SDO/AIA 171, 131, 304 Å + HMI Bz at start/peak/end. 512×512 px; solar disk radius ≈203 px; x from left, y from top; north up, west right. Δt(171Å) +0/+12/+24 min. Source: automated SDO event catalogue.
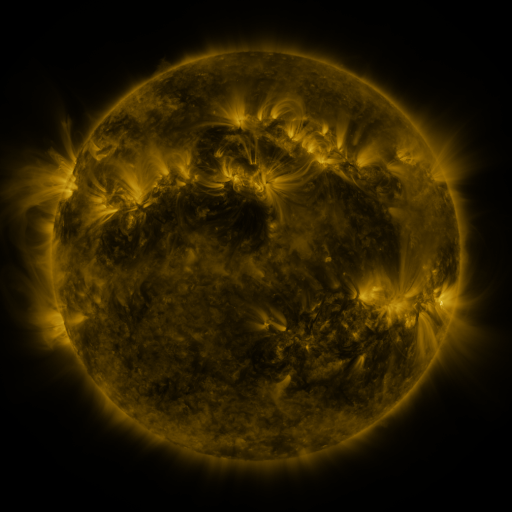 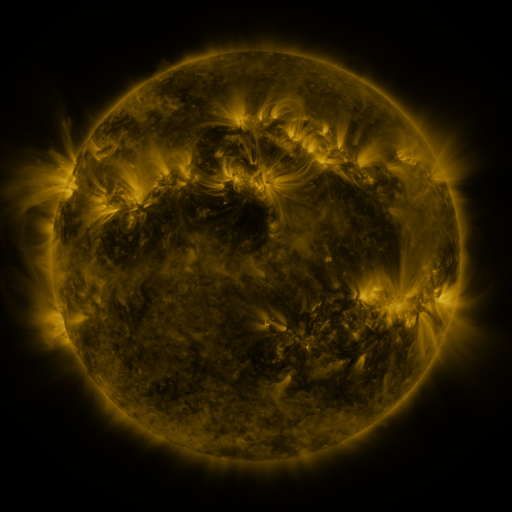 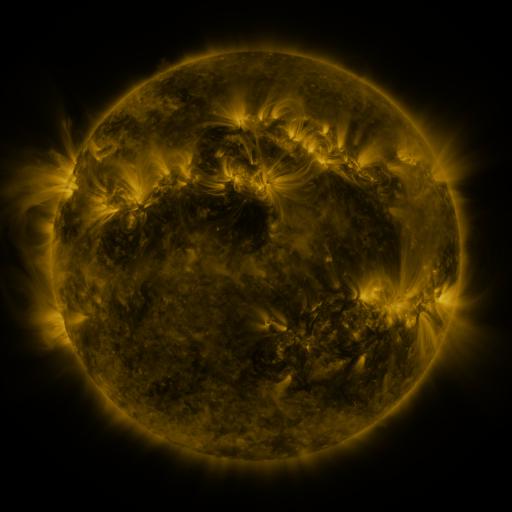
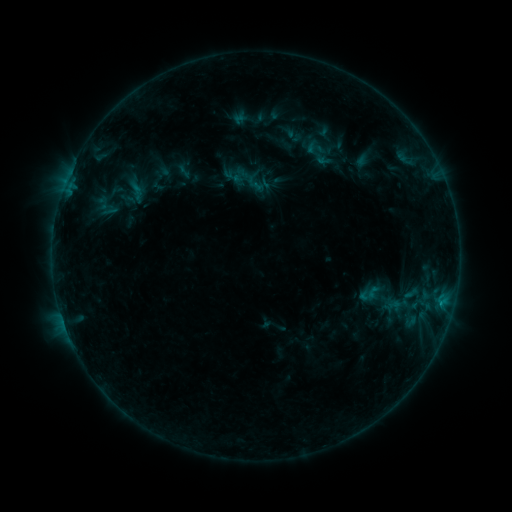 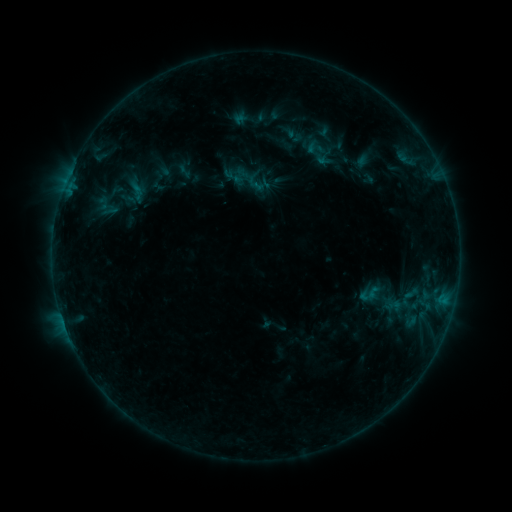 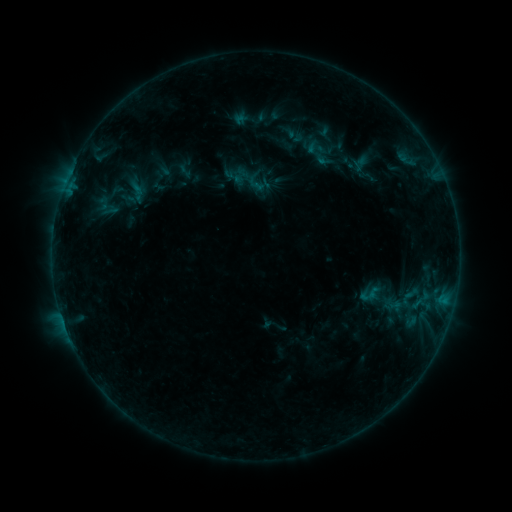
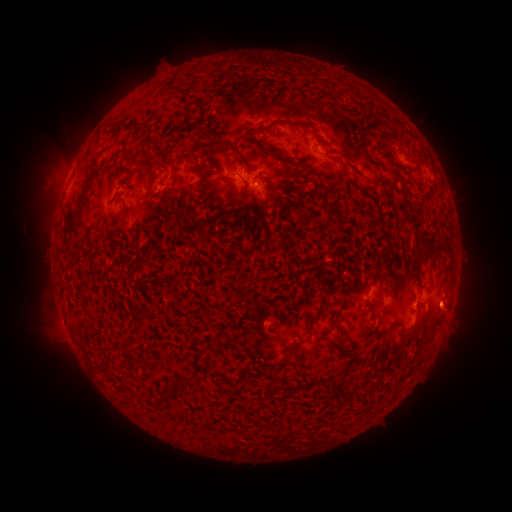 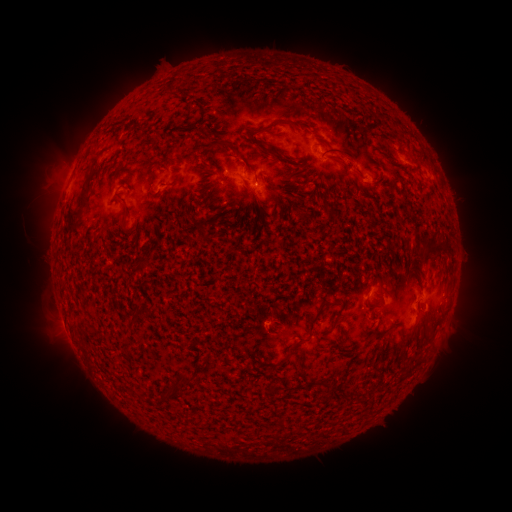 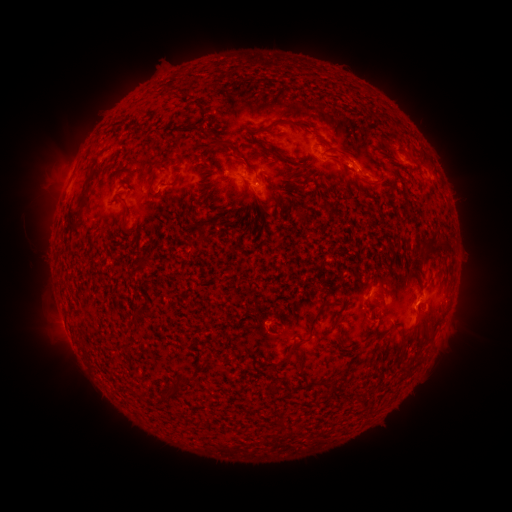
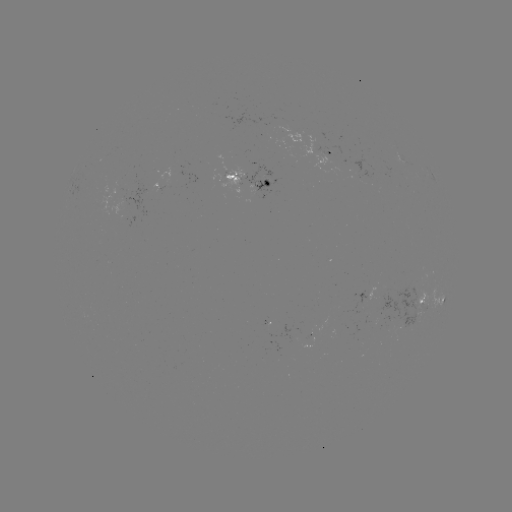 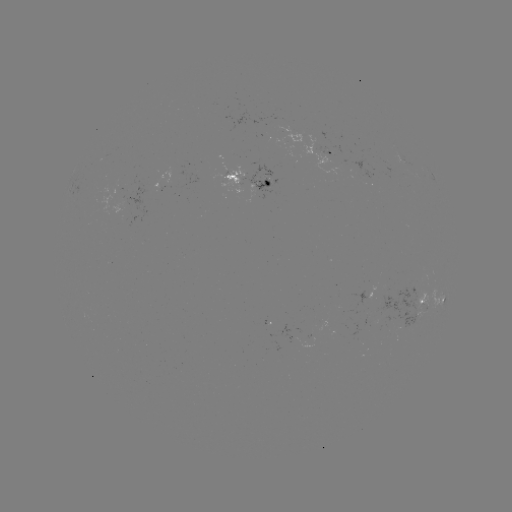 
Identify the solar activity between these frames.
eruption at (360, 167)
